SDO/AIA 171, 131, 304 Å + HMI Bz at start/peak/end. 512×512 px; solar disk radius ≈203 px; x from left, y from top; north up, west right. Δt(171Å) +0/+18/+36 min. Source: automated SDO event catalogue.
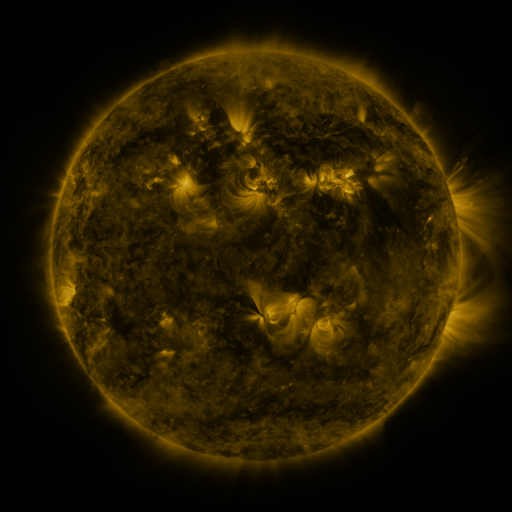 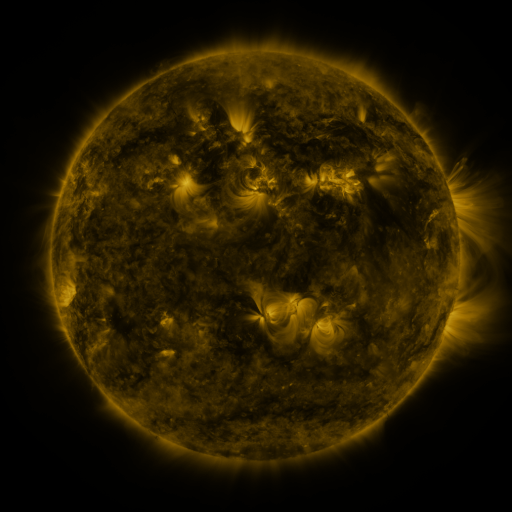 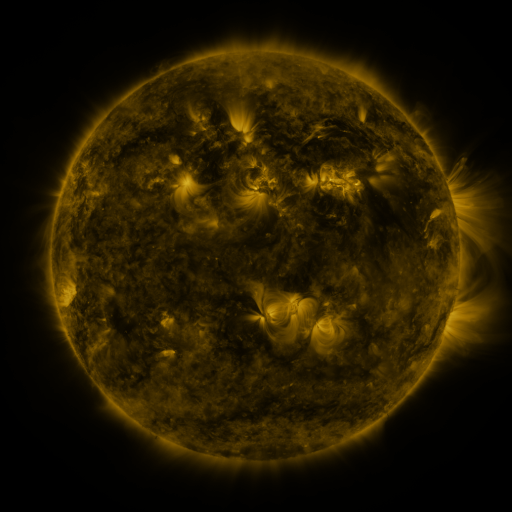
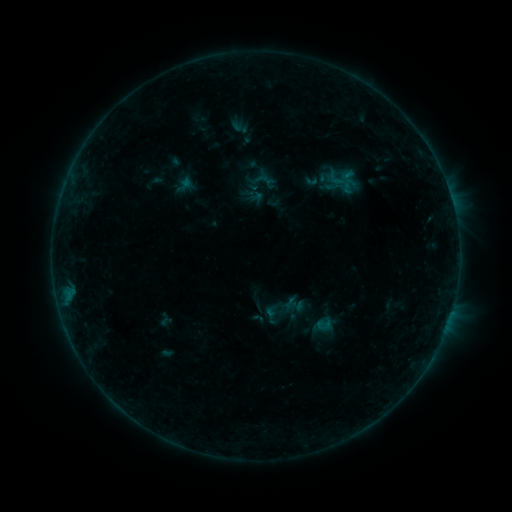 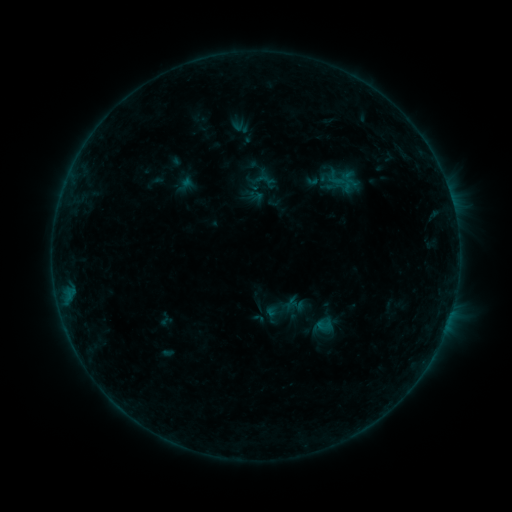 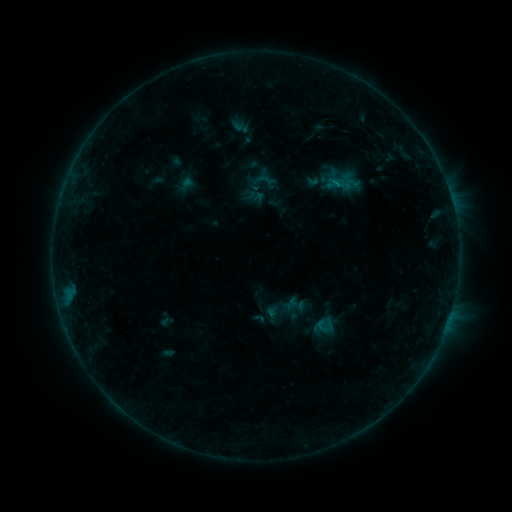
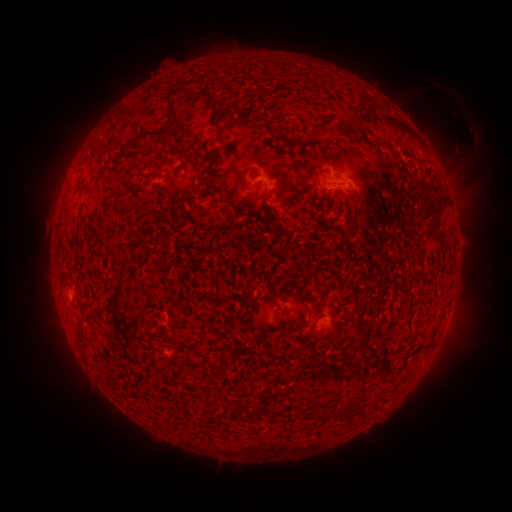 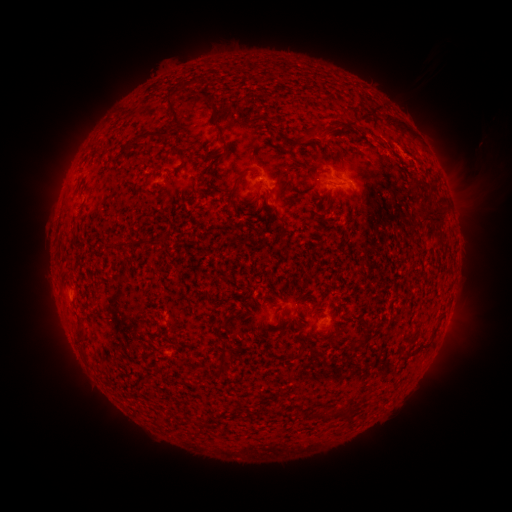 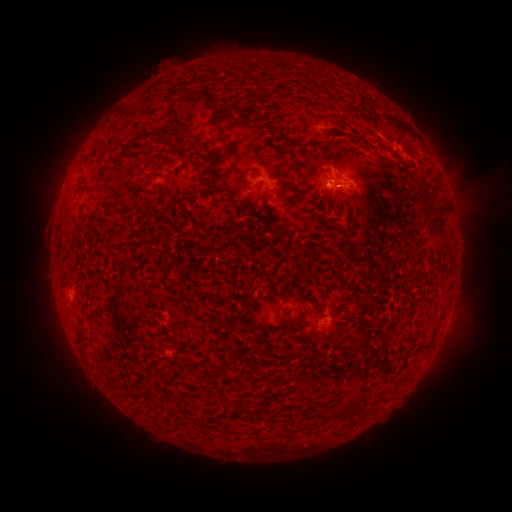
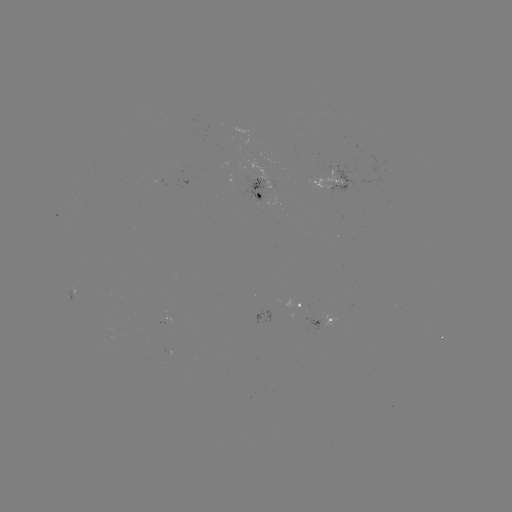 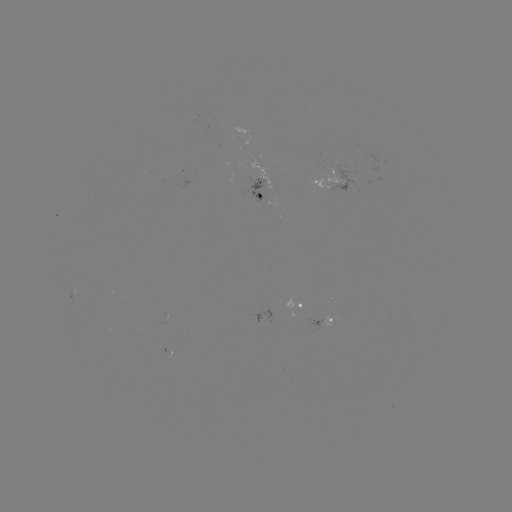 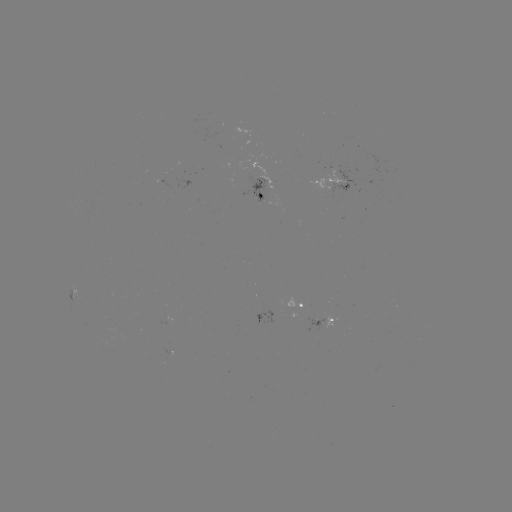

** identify eruption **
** (330, 129) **